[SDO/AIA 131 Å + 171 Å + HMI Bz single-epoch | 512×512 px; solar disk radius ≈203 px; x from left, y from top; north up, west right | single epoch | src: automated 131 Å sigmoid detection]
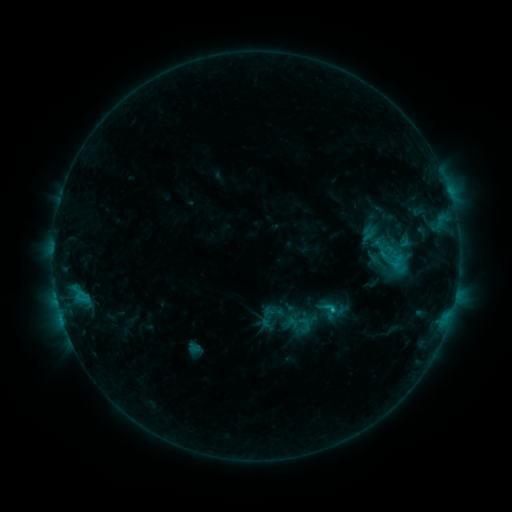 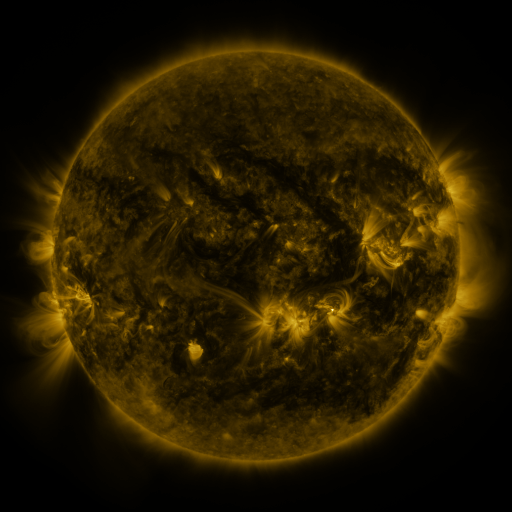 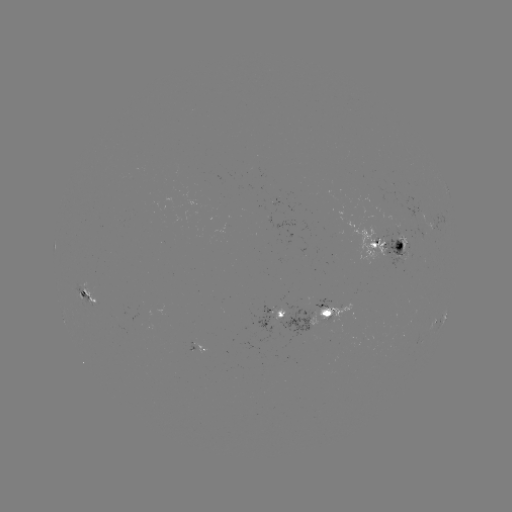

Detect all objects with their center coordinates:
sigmoid: (395, 264)
sigmoid: (329, 311)
